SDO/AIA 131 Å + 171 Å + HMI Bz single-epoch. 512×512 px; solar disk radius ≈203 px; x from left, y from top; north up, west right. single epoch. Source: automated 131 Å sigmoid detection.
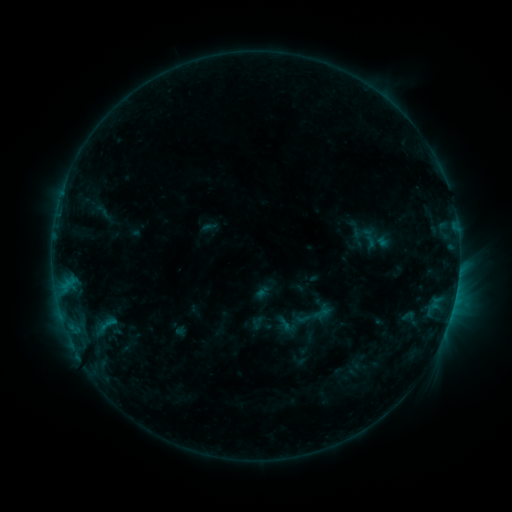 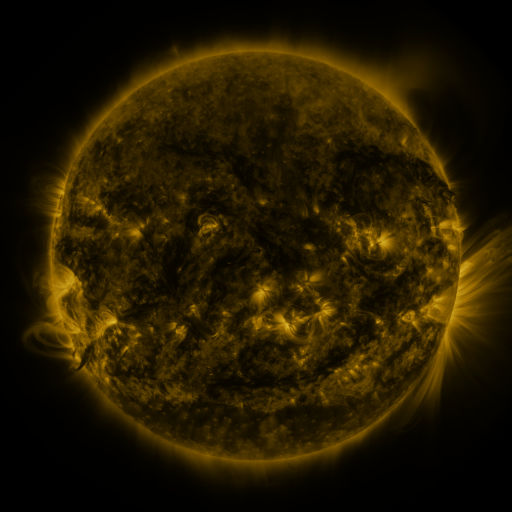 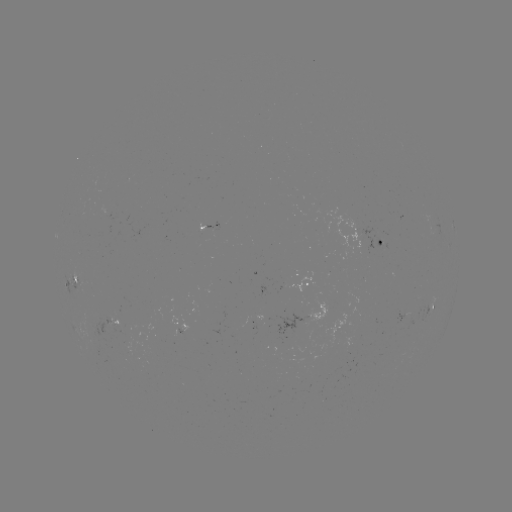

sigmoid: (293, 295, 334, 336)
